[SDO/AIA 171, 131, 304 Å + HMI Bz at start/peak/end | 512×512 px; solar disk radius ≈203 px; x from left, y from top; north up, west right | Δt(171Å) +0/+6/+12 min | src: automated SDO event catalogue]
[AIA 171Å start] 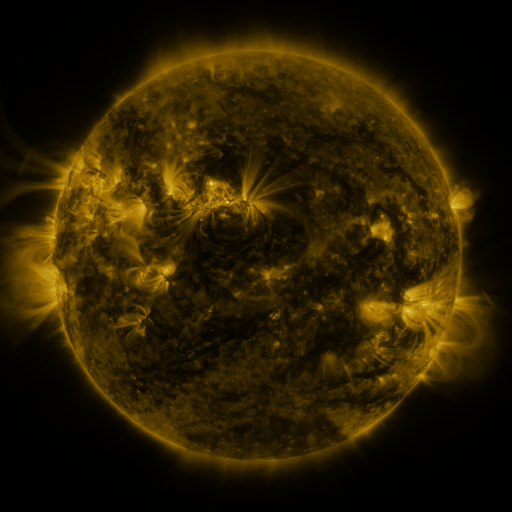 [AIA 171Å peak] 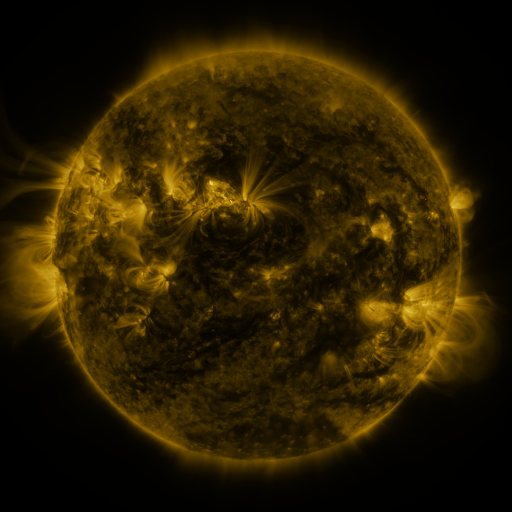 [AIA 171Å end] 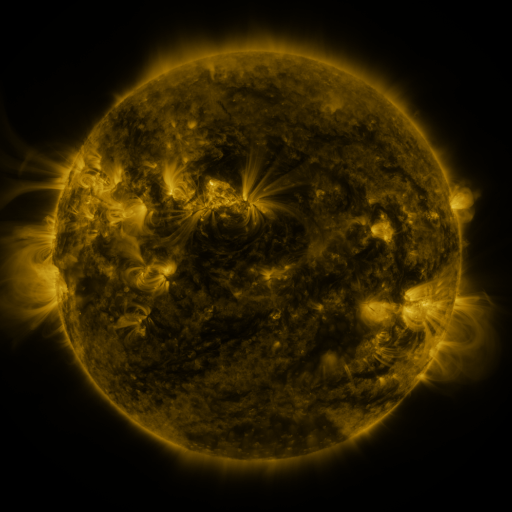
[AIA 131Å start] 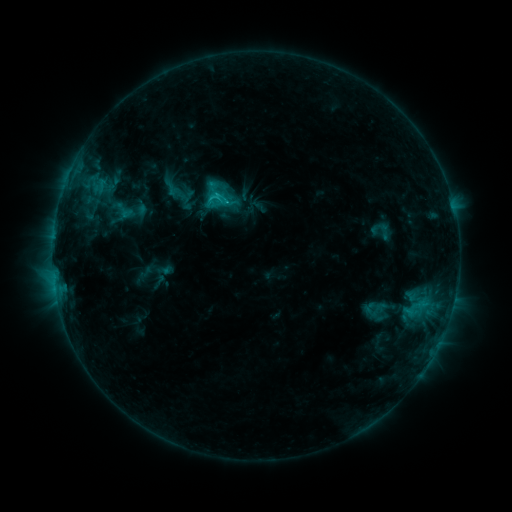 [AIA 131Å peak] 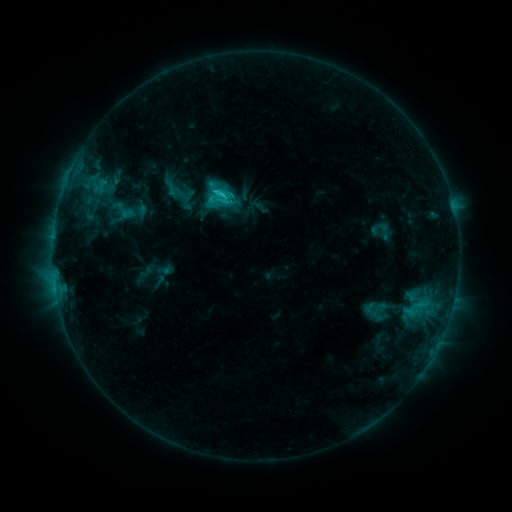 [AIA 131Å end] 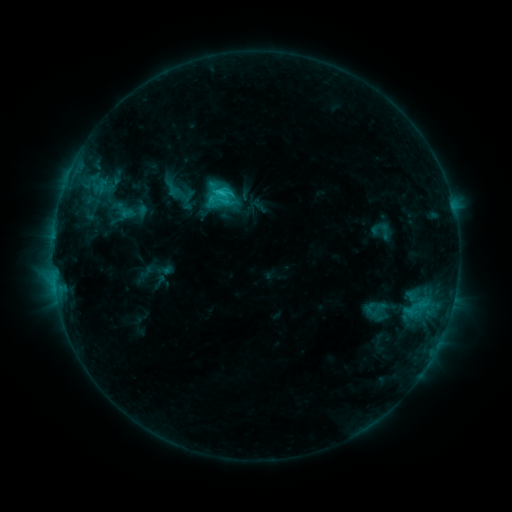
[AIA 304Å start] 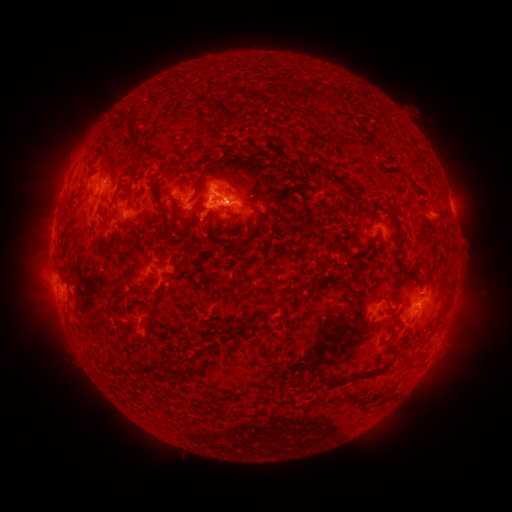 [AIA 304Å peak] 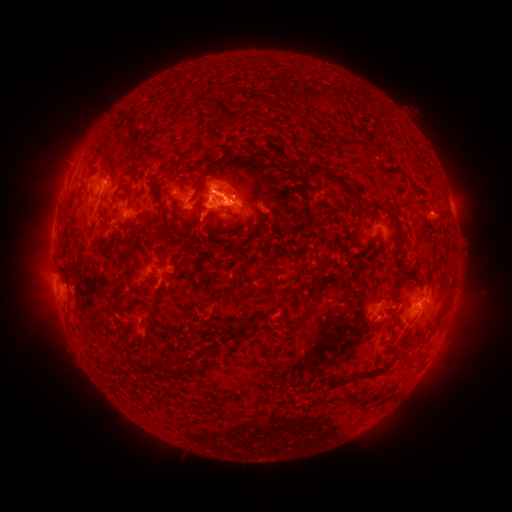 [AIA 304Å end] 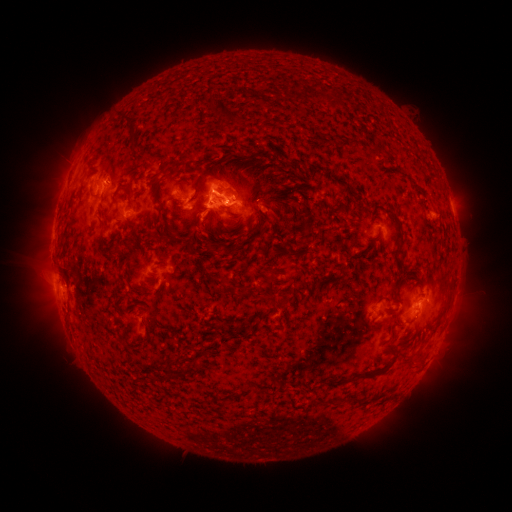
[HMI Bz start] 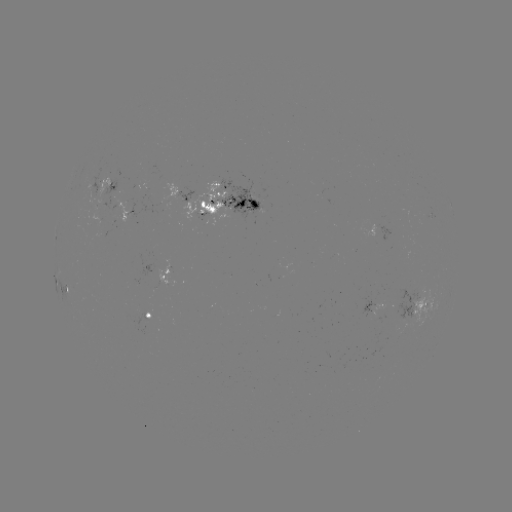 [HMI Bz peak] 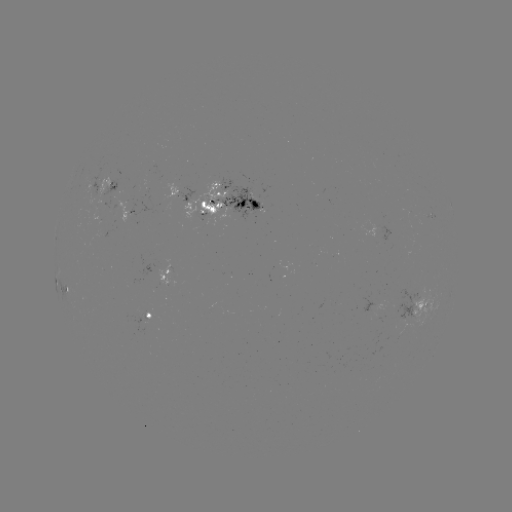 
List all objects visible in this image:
C2.1 flare: (225, 195)
